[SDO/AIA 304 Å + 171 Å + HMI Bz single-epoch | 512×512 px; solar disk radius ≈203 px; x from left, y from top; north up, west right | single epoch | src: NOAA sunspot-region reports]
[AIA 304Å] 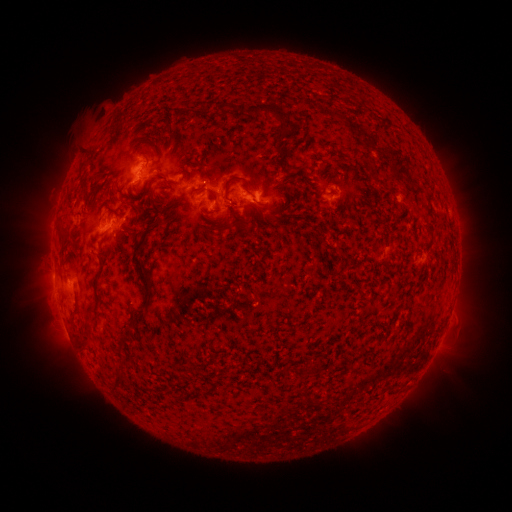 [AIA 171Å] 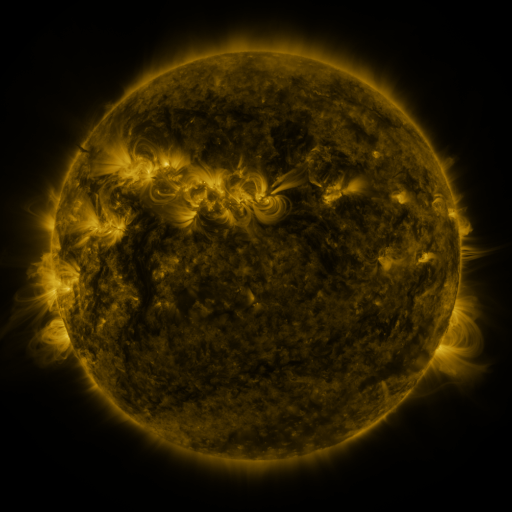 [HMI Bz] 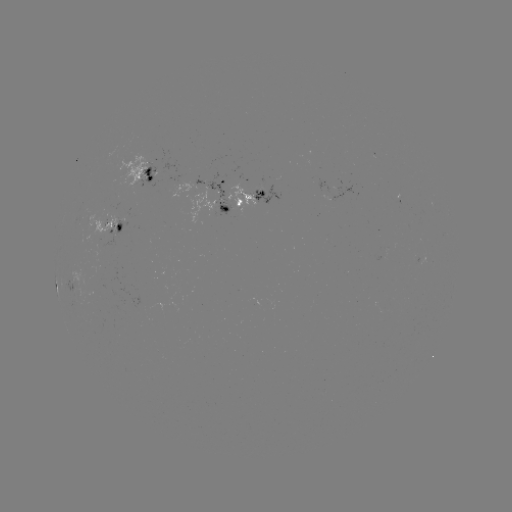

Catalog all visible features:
spotted active region: (147, 177)
spotted active region: (215, 185)
spotted active region: (249, 194)
spotted active region: (340, 196)
spotted active region: (114, 224)
